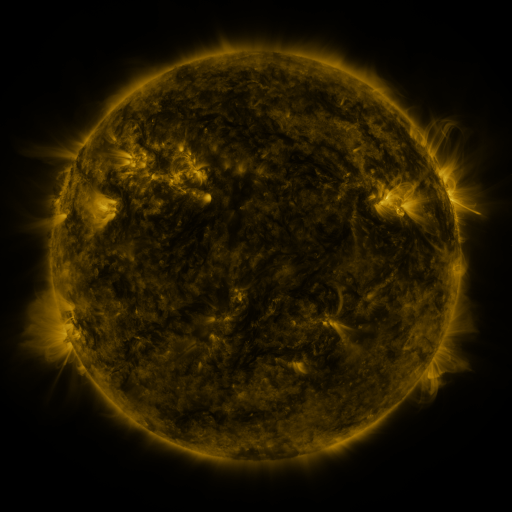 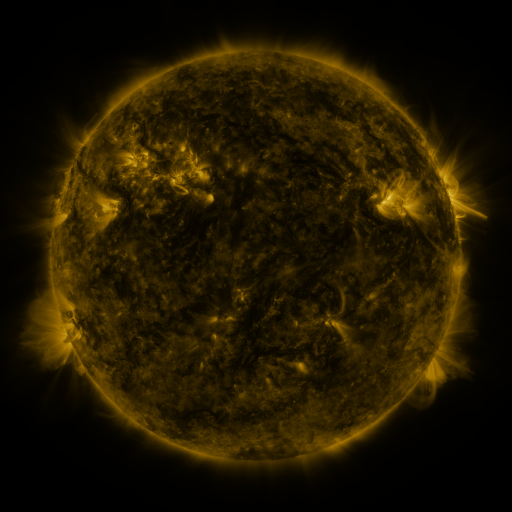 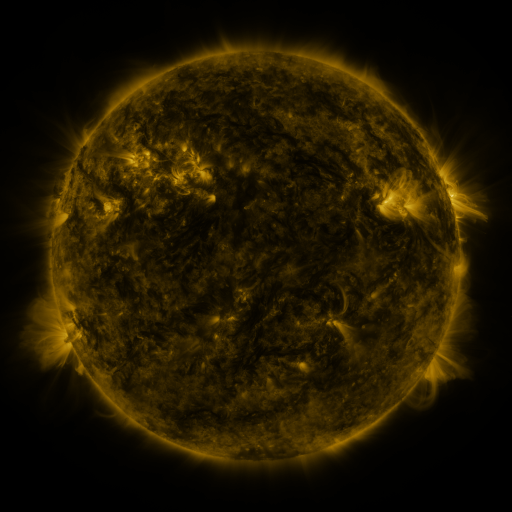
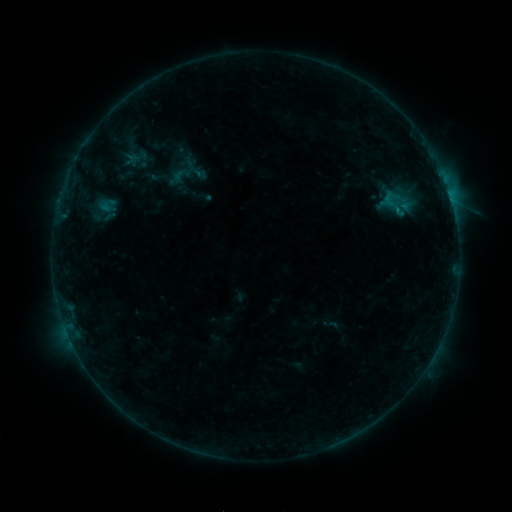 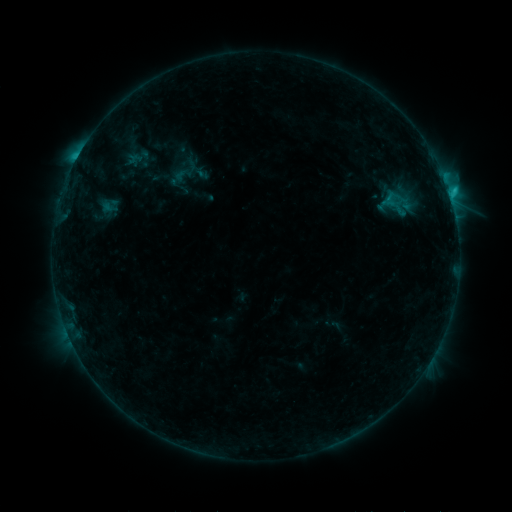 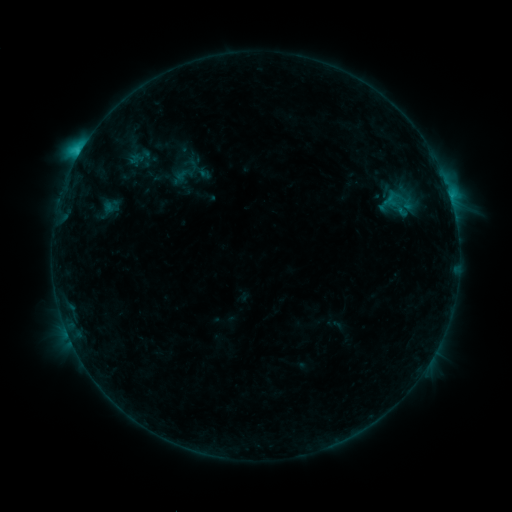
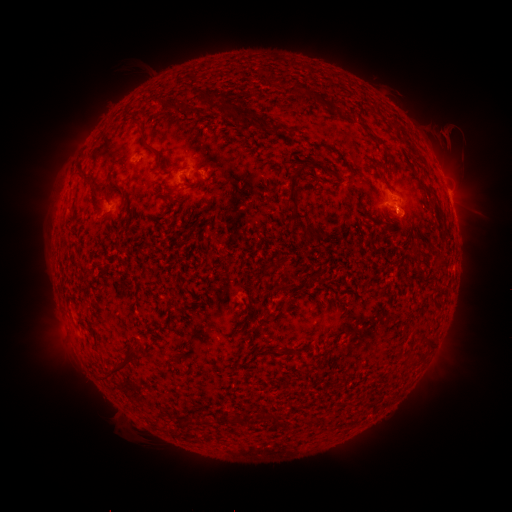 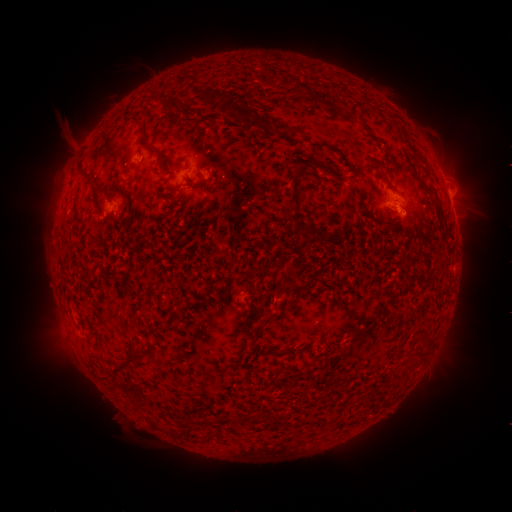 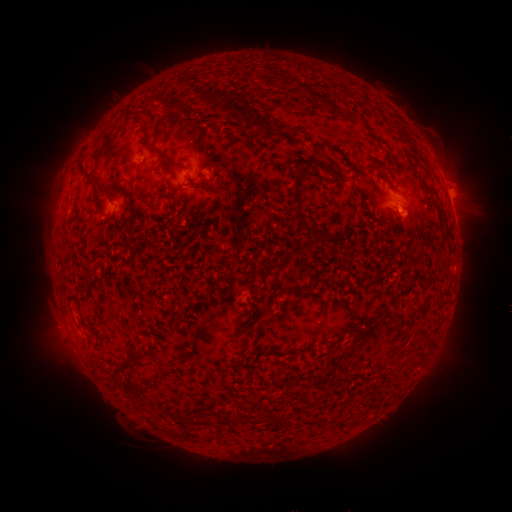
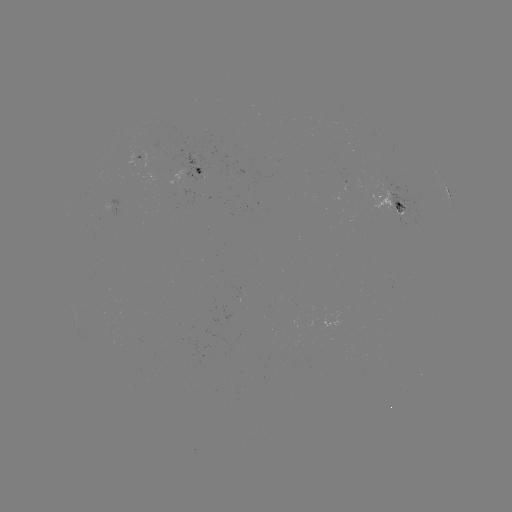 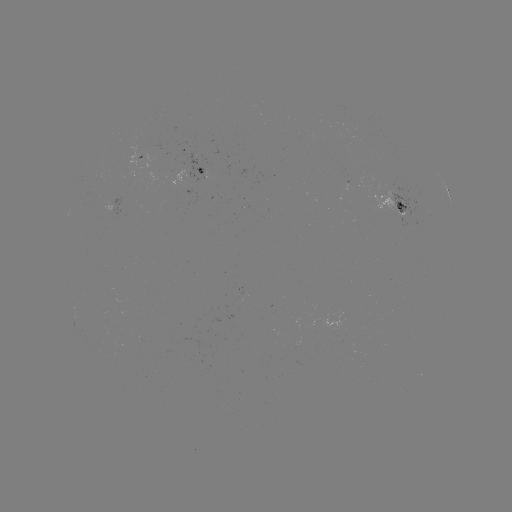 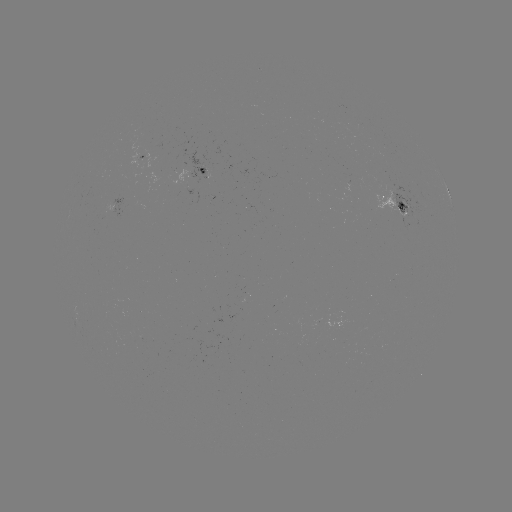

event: flare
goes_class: C2.3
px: (449, 192)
